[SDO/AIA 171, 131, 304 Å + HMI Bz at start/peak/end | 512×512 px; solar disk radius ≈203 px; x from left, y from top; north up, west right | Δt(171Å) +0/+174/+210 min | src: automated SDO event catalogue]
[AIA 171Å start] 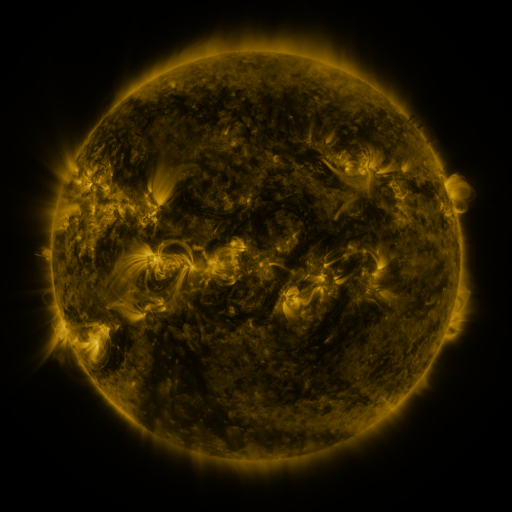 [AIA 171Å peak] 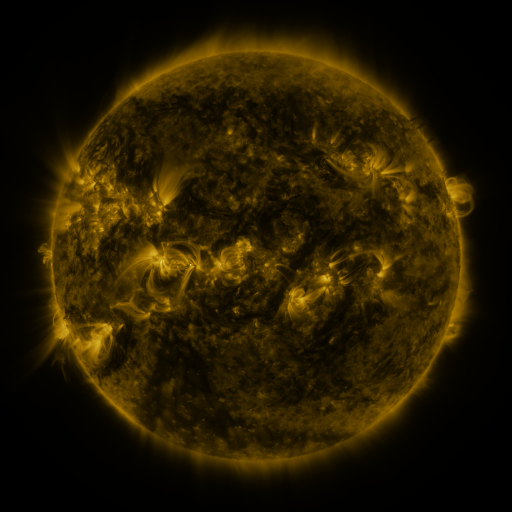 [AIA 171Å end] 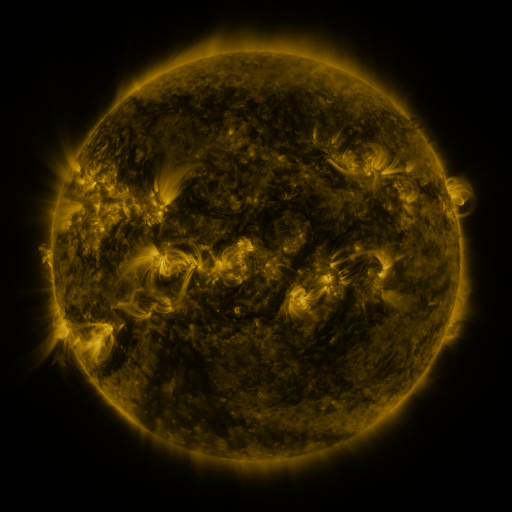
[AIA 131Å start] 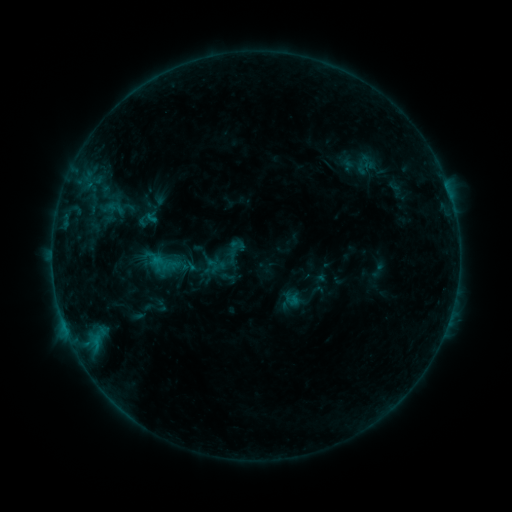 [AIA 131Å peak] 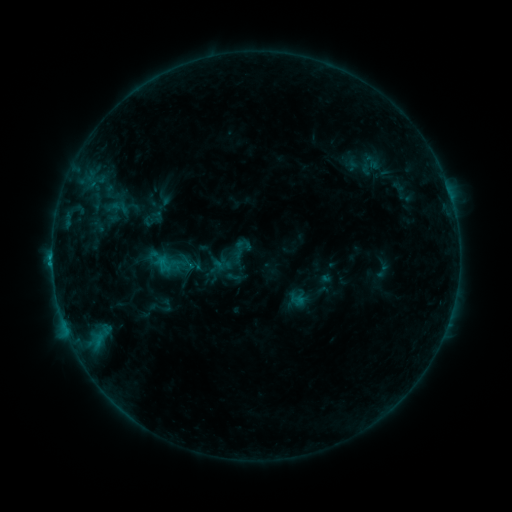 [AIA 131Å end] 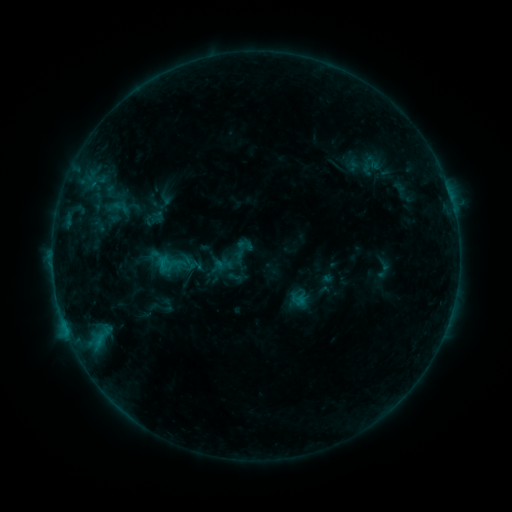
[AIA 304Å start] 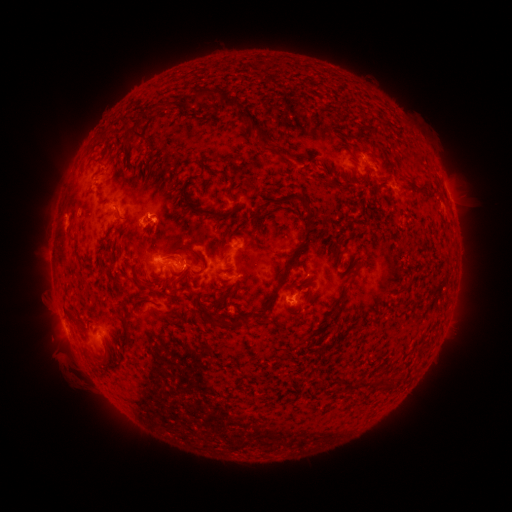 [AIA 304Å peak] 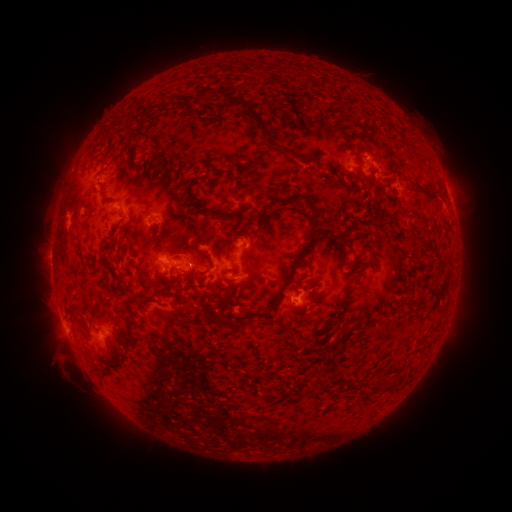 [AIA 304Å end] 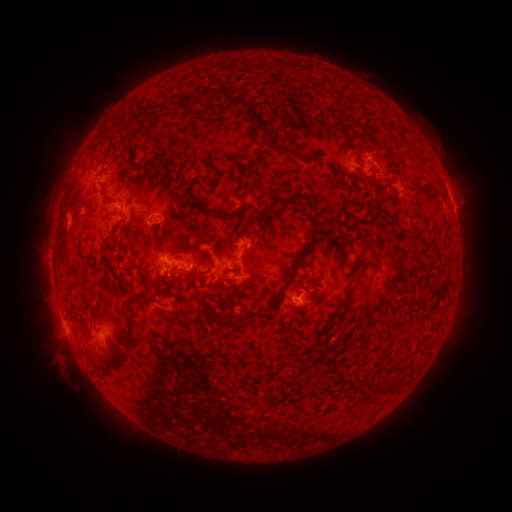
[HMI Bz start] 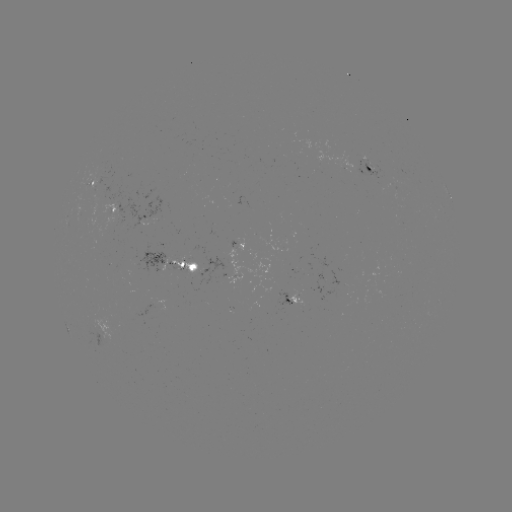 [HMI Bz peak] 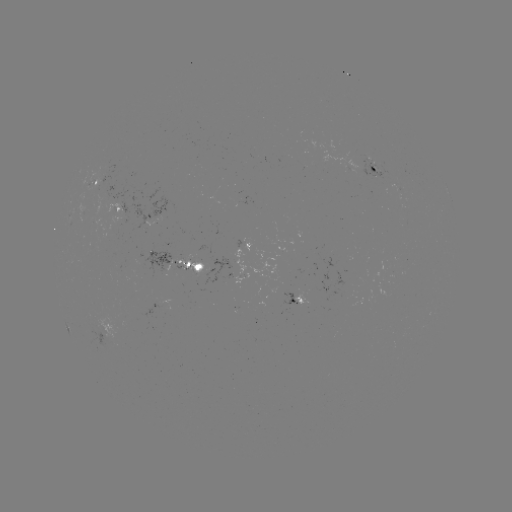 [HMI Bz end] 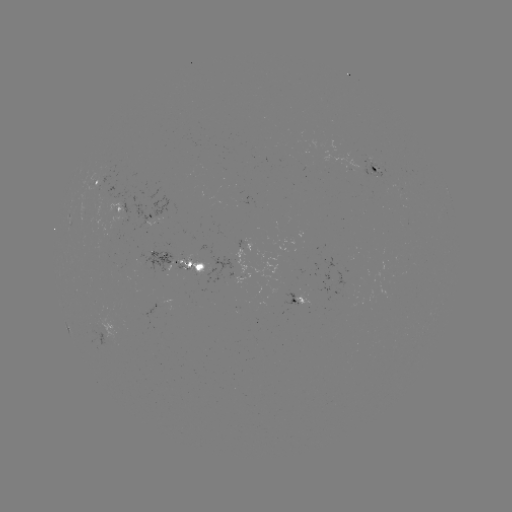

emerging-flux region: [94, 165, 115, 185]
